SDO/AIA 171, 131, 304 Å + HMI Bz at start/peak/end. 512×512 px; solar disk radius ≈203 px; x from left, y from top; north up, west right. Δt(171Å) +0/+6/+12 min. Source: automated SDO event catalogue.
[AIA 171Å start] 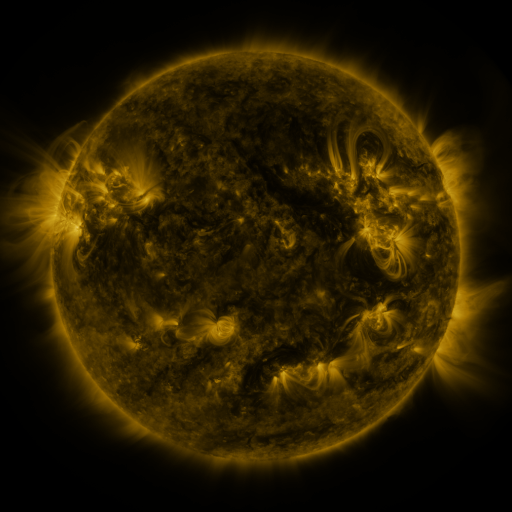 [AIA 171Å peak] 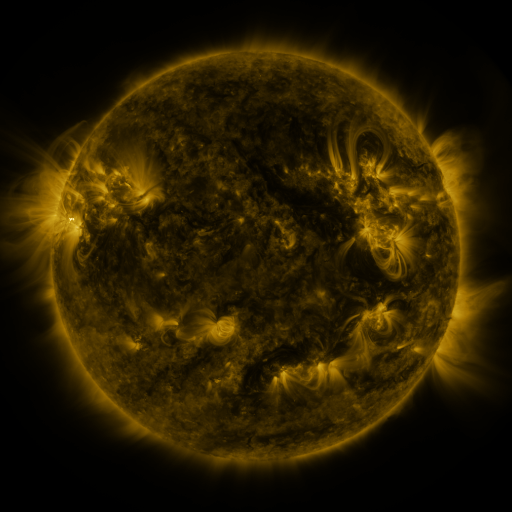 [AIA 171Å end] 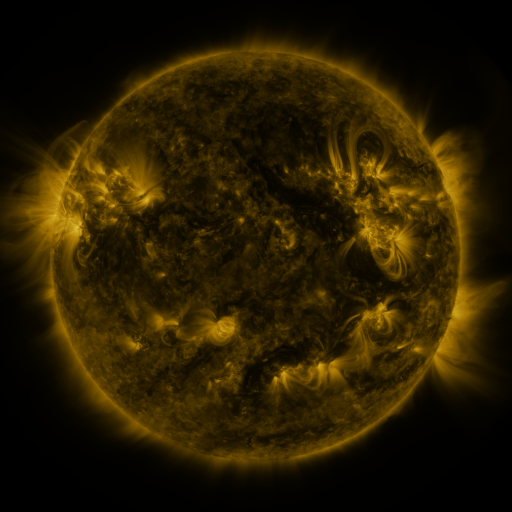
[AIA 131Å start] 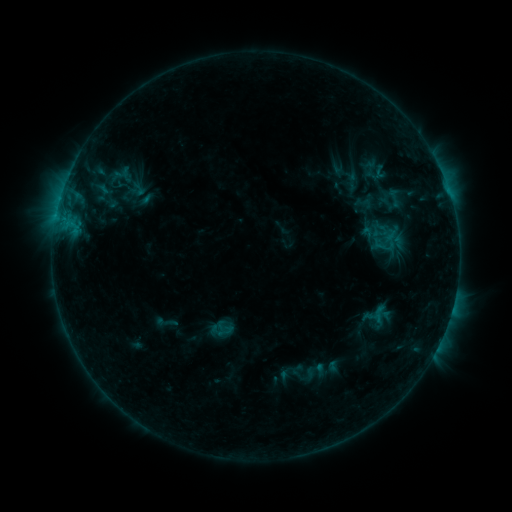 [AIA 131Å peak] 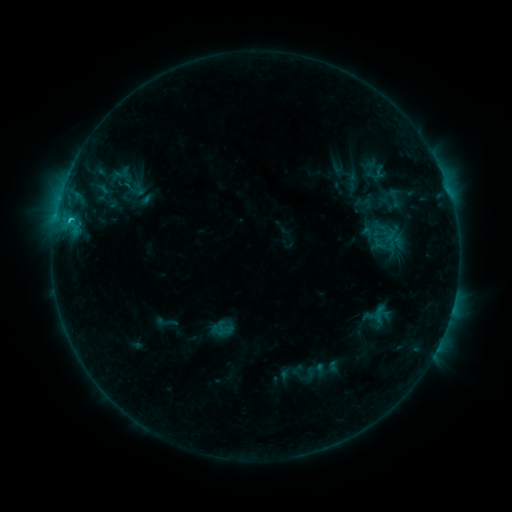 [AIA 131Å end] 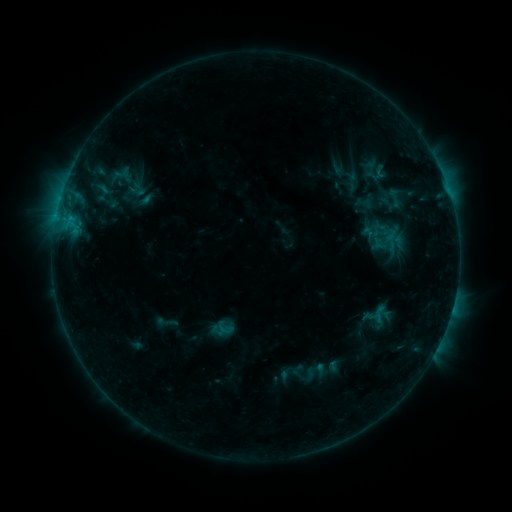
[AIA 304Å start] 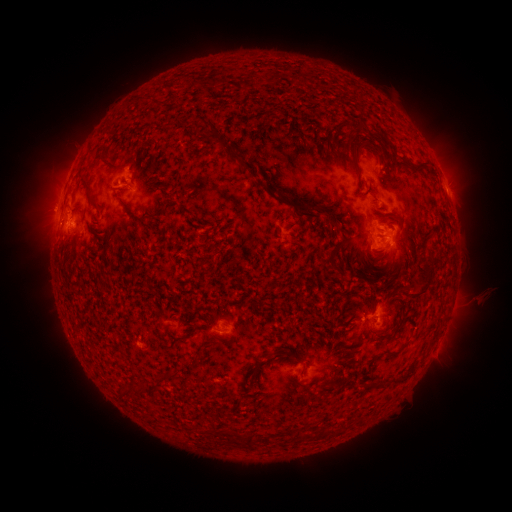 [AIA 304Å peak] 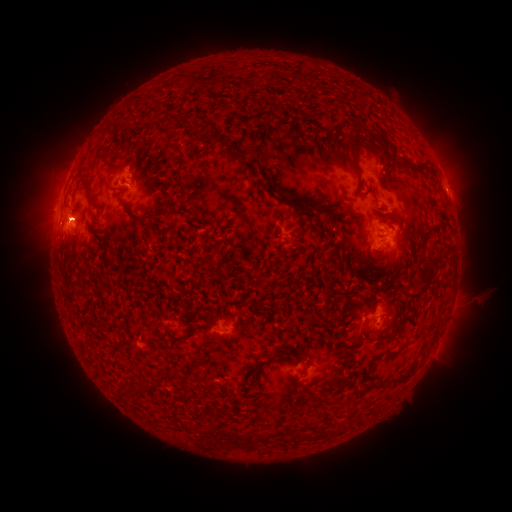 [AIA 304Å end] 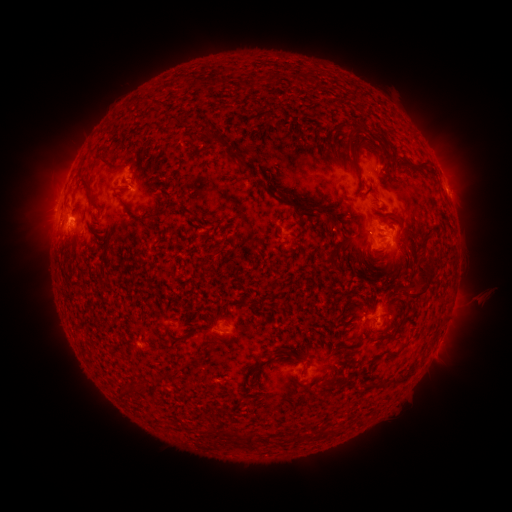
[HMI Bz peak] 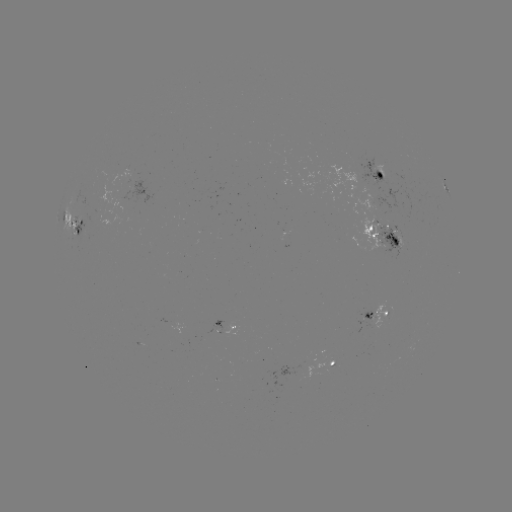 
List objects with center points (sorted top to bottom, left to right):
C1.1 flare: (72, 221)
